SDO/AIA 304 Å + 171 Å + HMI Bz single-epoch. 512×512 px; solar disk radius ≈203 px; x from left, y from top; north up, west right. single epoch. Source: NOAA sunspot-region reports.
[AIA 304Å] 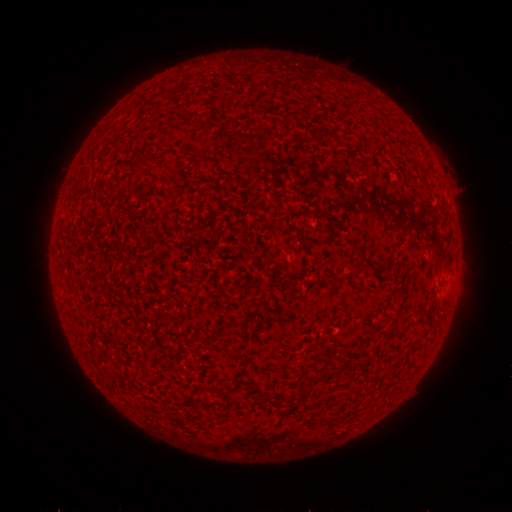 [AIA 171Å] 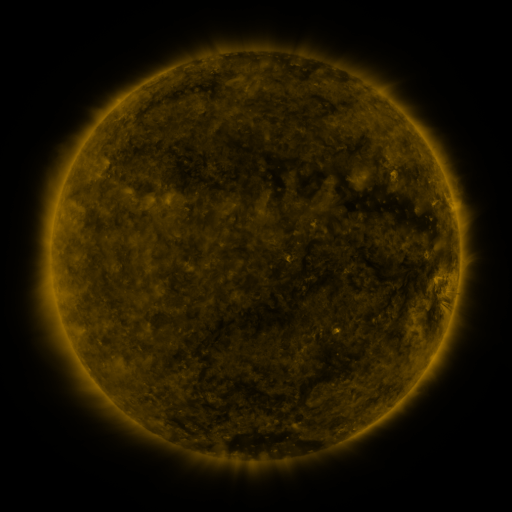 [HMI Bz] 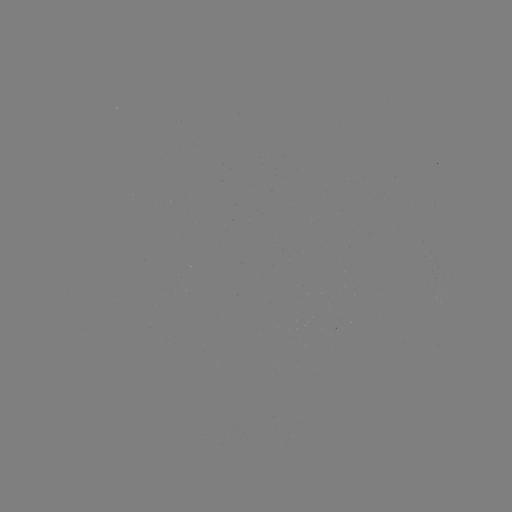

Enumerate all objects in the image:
(none)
